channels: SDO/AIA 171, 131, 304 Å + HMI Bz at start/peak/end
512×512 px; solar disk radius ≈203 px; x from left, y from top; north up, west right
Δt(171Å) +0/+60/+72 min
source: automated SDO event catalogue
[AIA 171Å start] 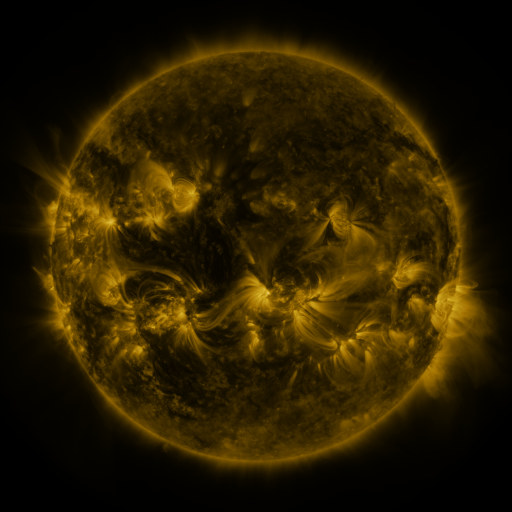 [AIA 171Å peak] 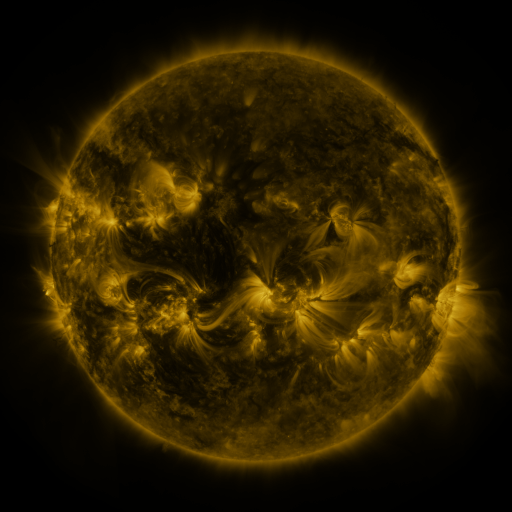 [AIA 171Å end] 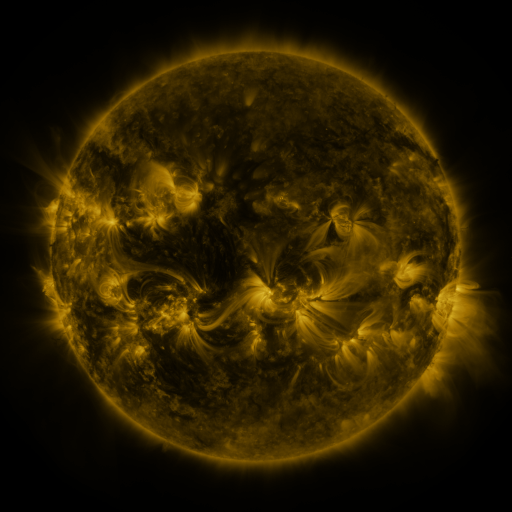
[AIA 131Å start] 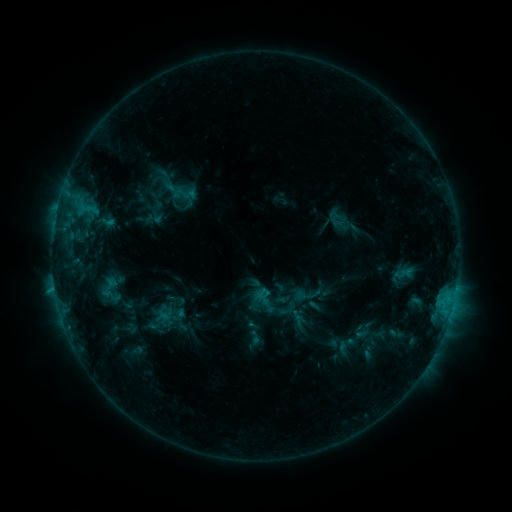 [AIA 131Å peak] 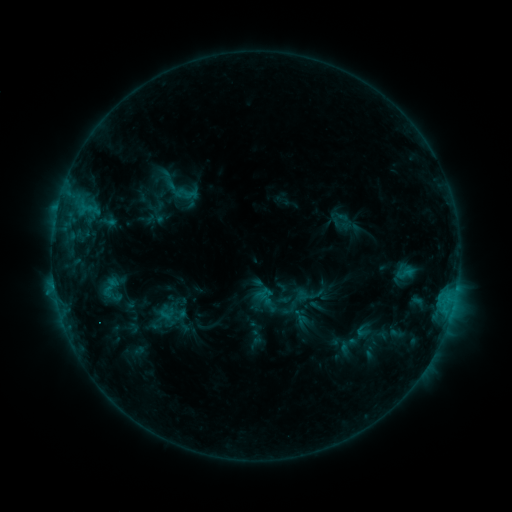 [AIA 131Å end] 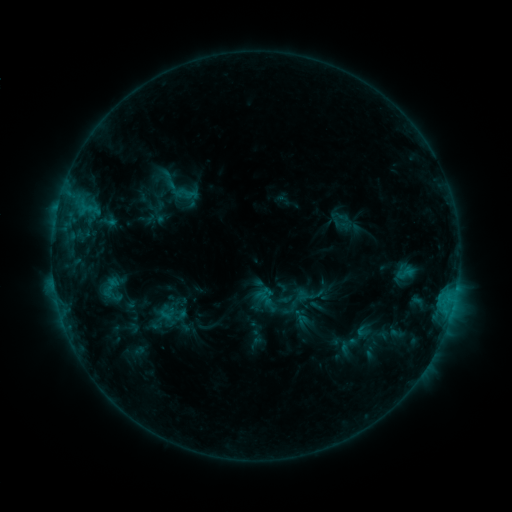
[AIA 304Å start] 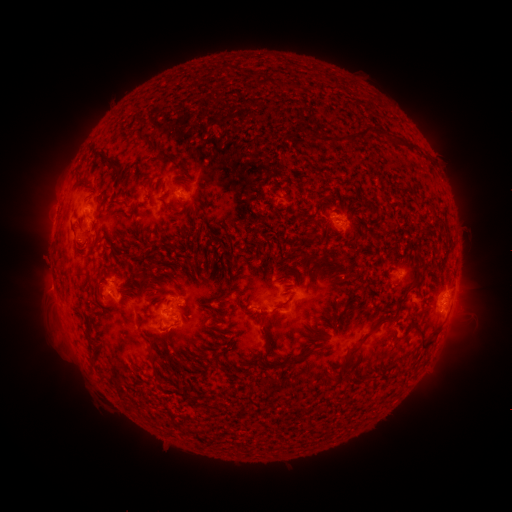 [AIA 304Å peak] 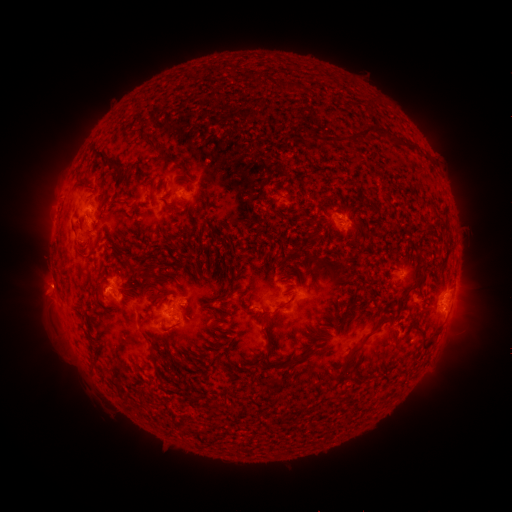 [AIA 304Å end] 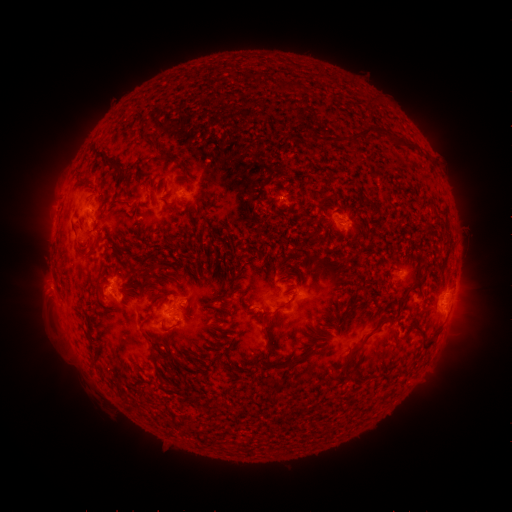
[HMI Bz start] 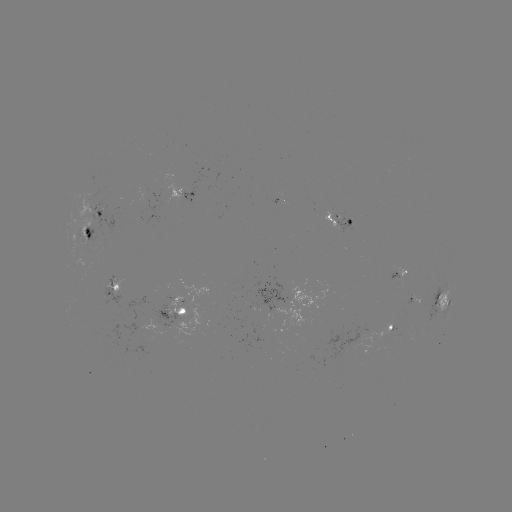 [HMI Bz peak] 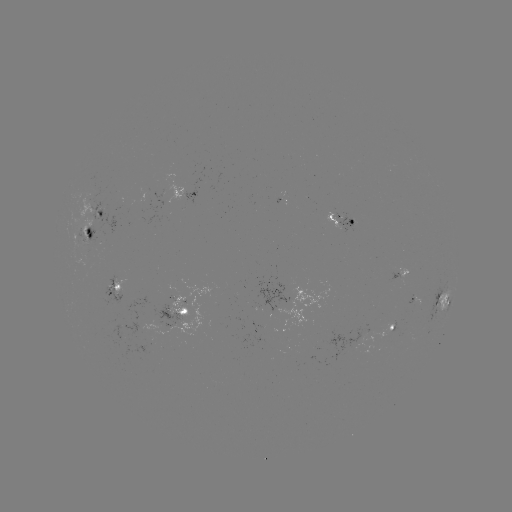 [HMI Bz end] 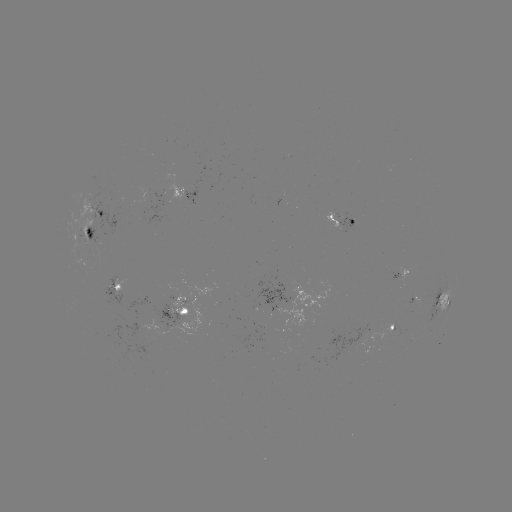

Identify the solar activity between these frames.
emerging-flux region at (339, 217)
